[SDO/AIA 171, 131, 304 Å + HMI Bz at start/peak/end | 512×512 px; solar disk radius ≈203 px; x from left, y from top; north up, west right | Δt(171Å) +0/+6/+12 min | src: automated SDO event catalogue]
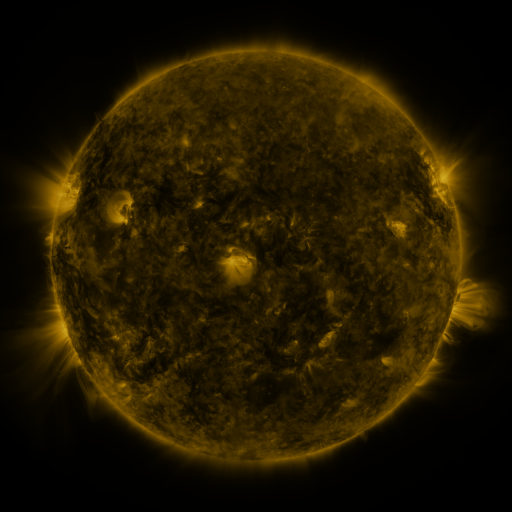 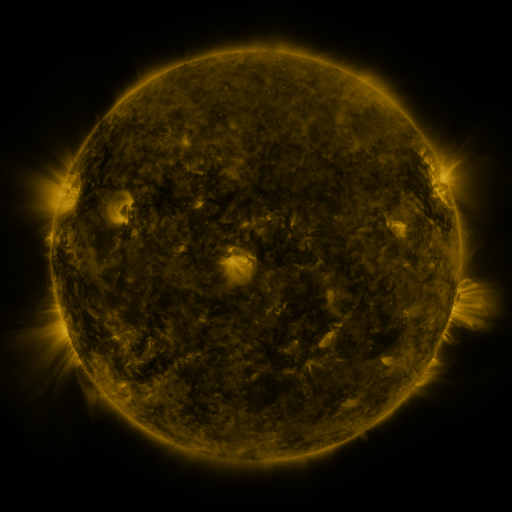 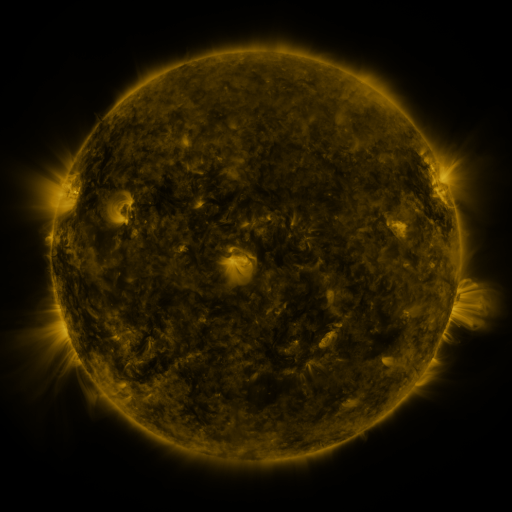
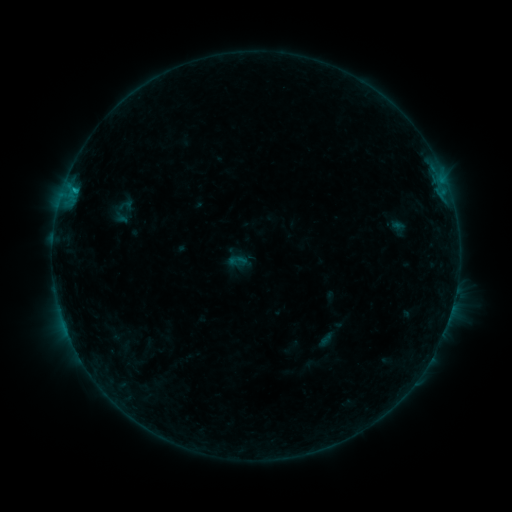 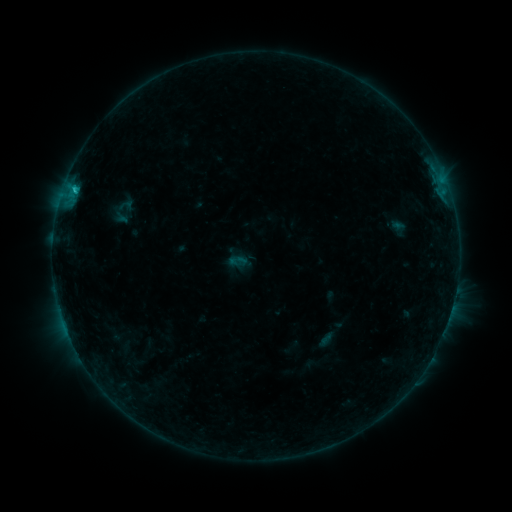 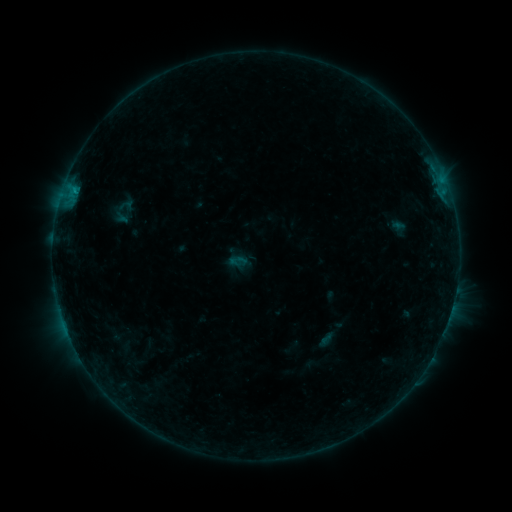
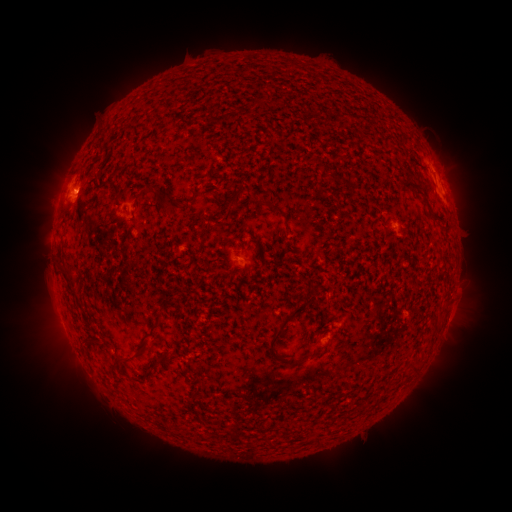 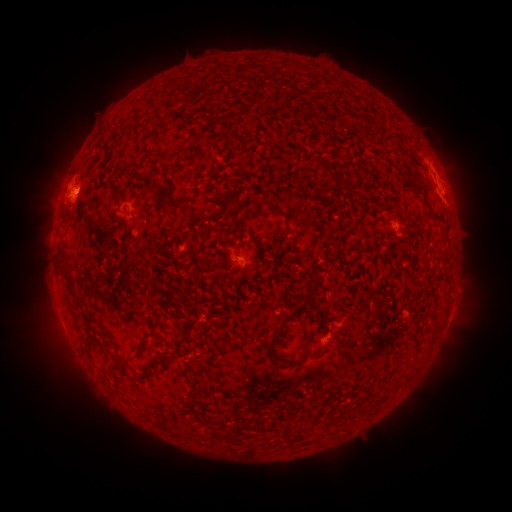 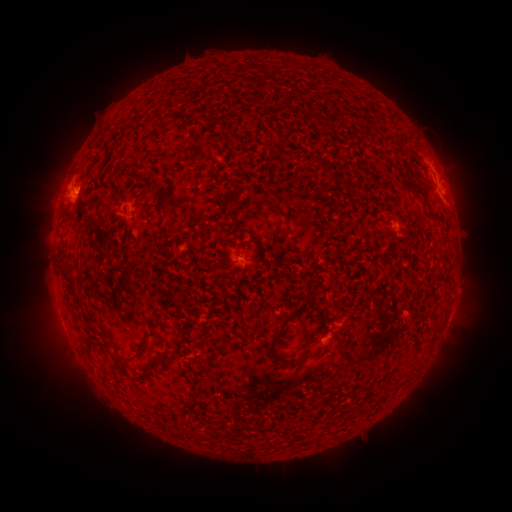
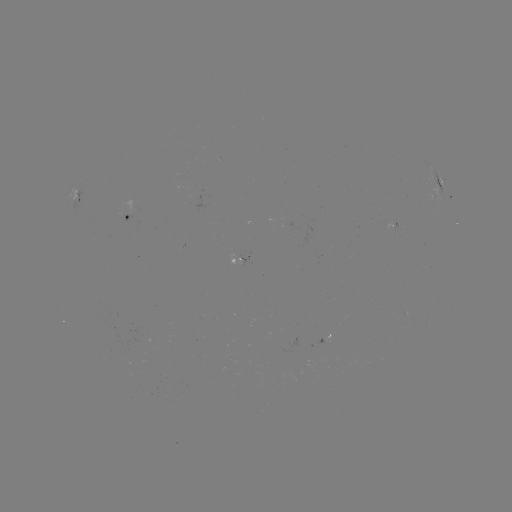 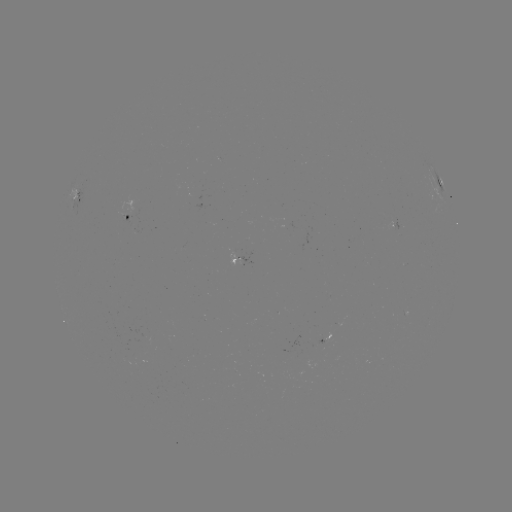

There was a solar flare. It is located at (76, 190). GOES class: B7.8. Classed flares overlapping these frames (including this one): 1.